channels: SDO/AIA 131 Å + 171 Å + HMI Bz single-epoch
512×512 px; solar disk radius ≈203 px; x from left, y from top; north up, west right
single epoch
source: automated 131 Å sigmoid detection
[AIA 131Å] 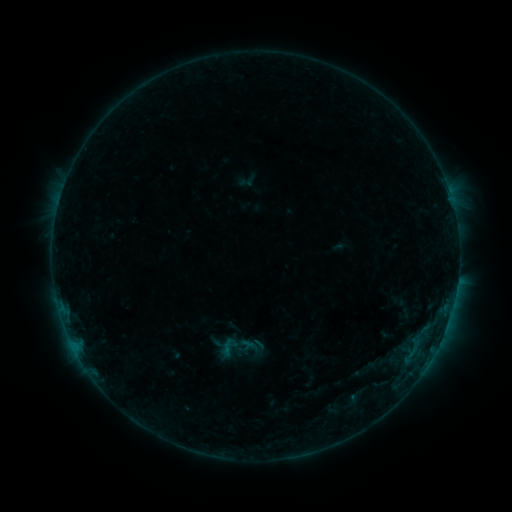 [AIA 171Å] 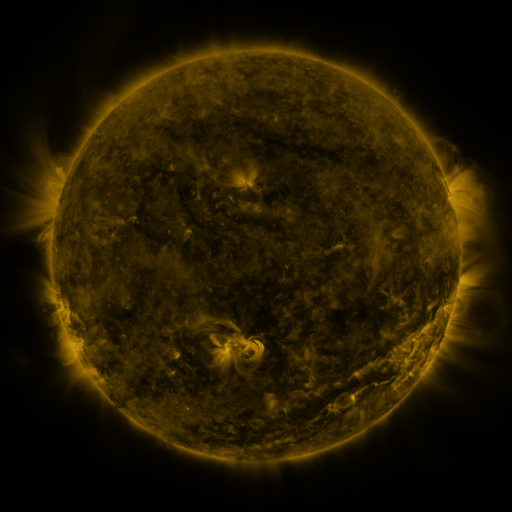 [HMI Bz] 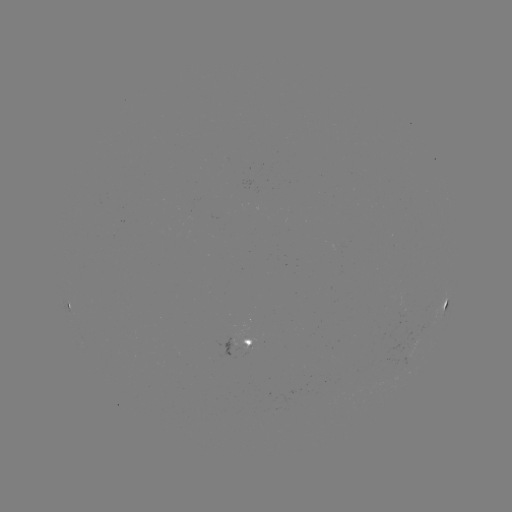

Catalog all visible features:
sigmoid: (228, 347)
